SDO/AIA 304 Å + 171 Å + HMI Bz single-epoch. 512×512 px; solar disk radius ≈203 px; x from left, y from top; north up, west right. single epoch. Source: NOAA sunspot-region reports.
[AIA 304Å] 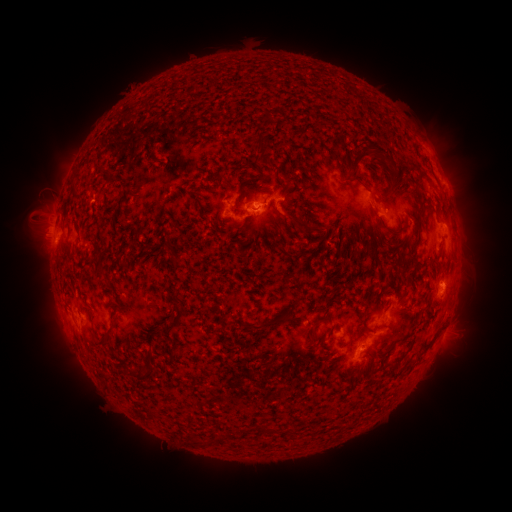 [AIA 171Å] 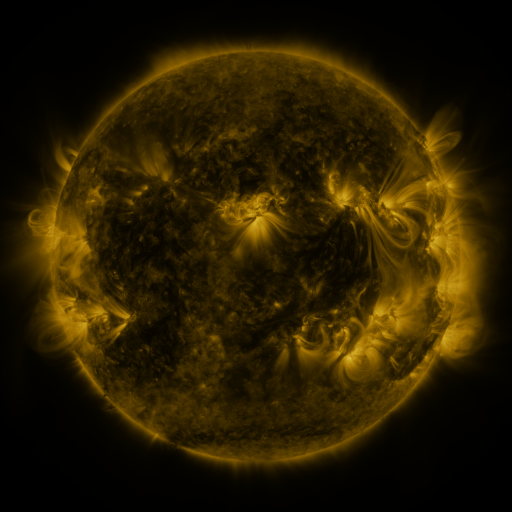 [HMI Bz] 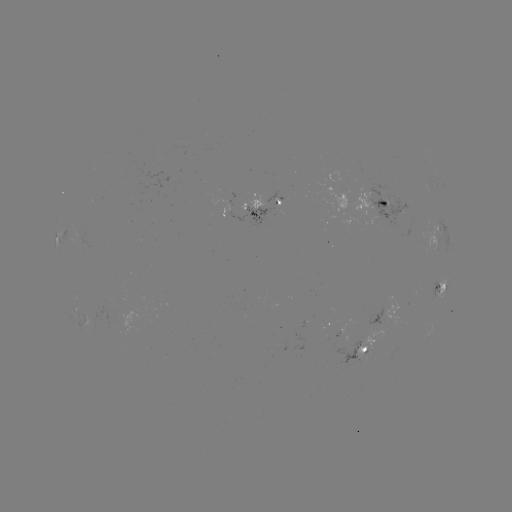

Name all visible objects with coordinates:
spotted active region: (383, 204)
spotted active region: (256, 206)
spotted active region: (442, 231)
spotted active region: (441, 284)
spotted active region: (393, 310)
spotted active region: (372, 343)
